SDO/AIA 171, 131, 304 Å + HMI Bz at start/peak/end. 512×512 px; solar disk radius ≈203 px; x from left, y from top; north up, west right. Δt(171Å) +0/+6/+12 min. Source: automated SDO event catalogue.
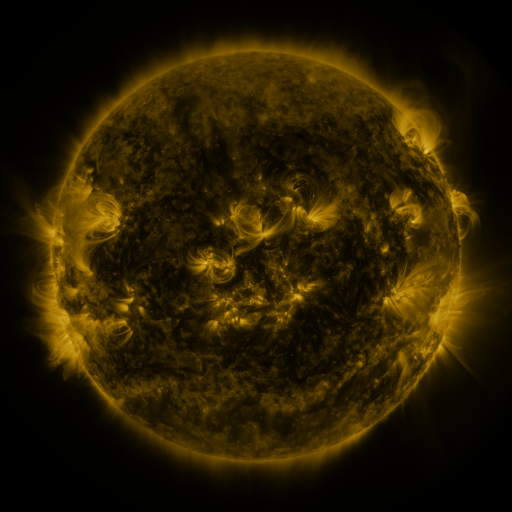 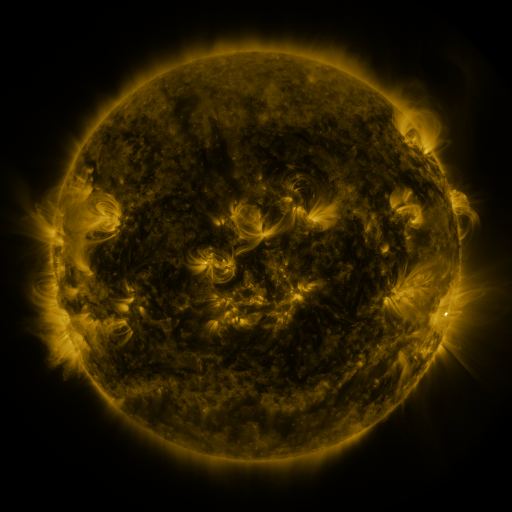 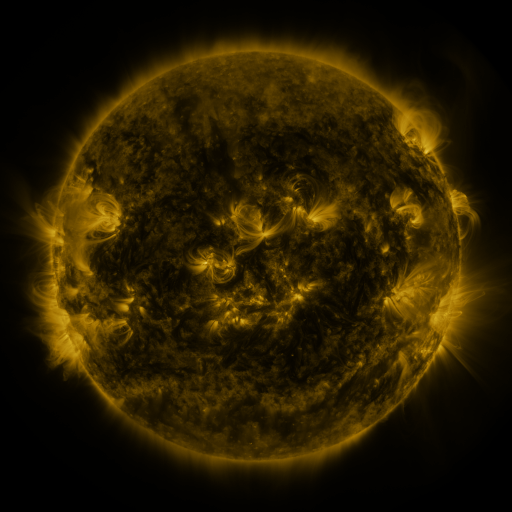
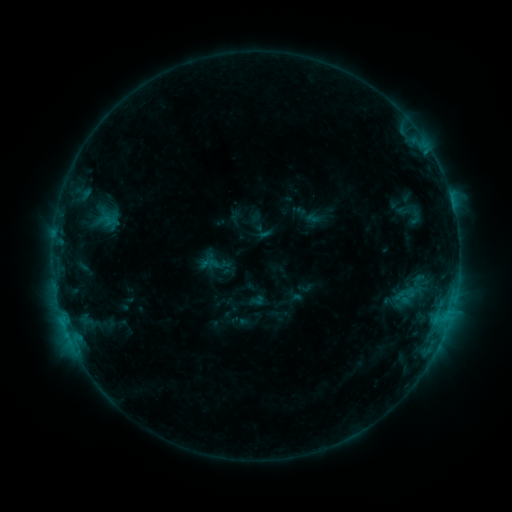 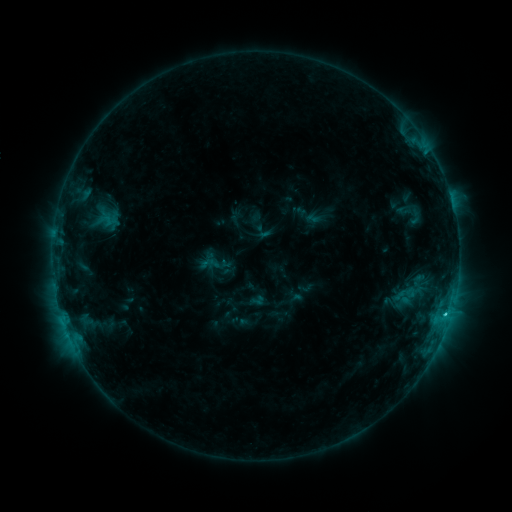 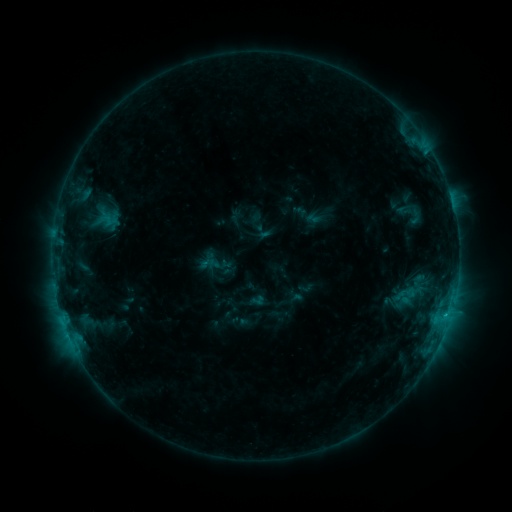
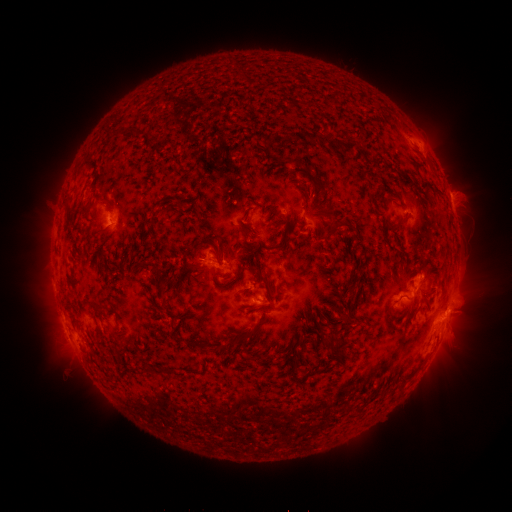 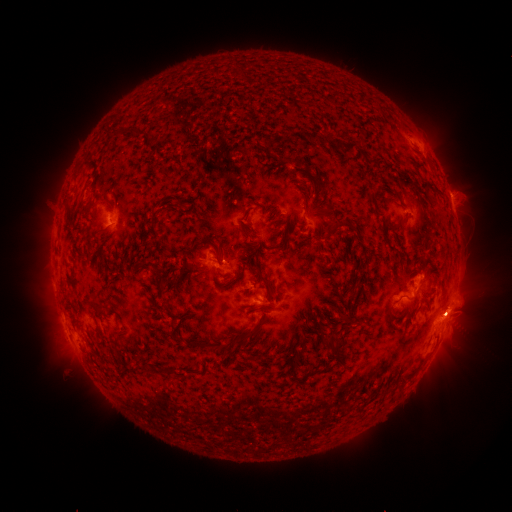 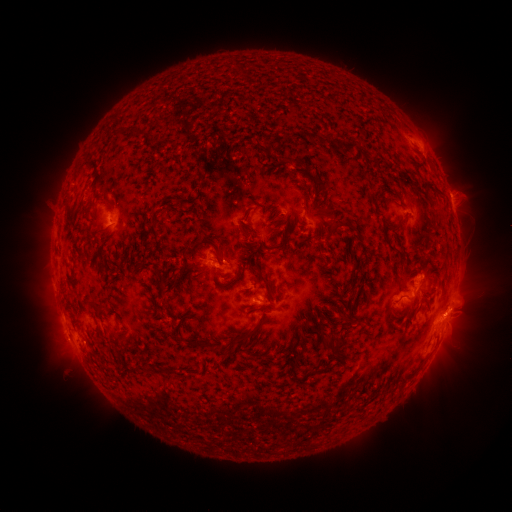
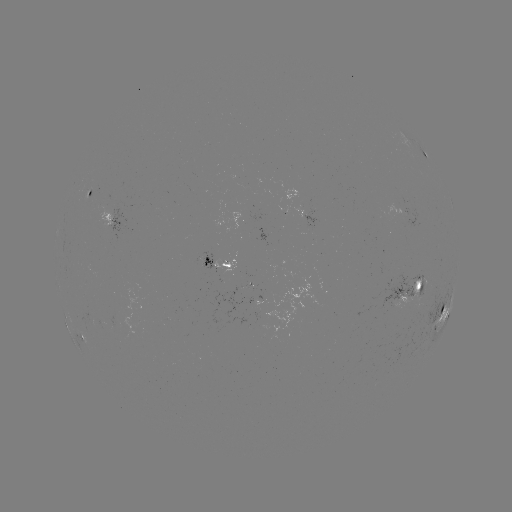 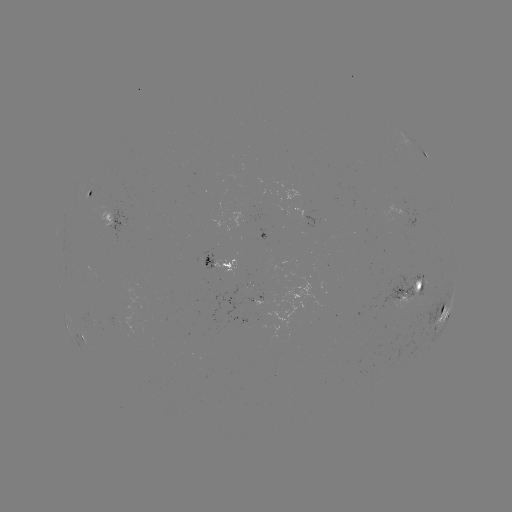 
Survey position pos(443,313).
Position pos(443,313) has C1.5 flare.